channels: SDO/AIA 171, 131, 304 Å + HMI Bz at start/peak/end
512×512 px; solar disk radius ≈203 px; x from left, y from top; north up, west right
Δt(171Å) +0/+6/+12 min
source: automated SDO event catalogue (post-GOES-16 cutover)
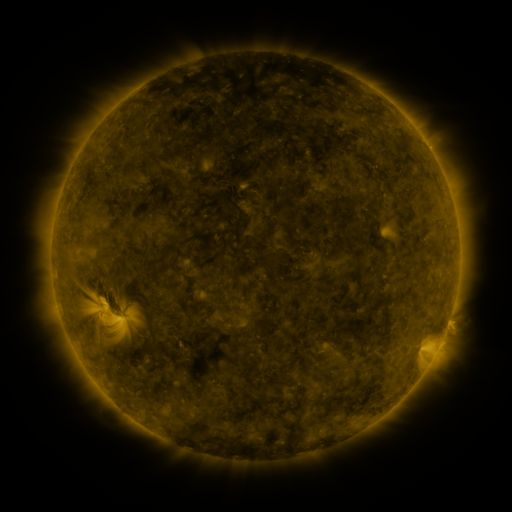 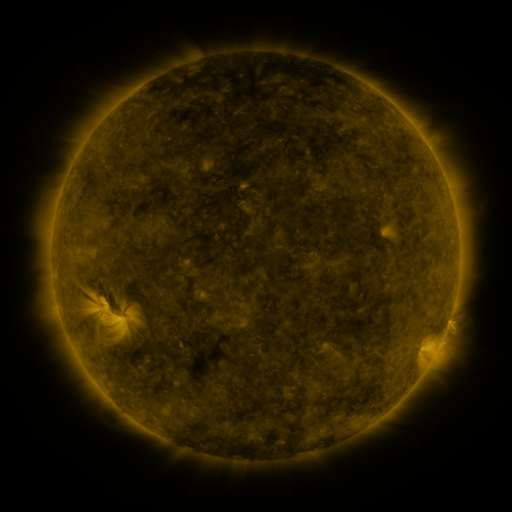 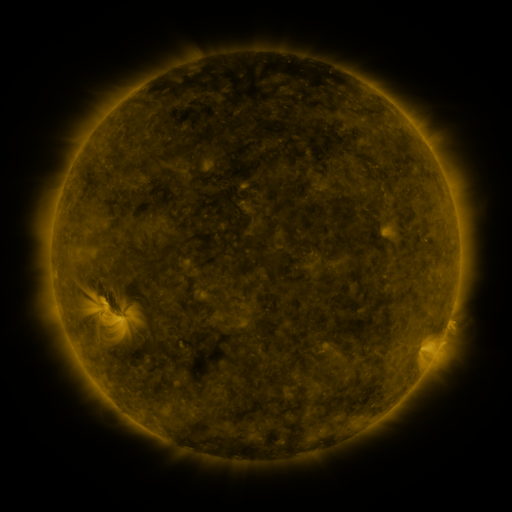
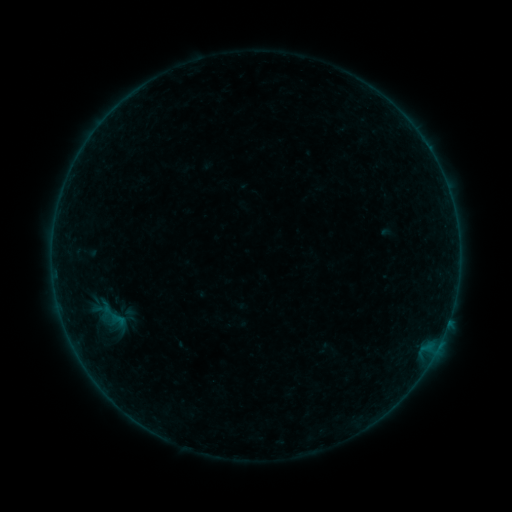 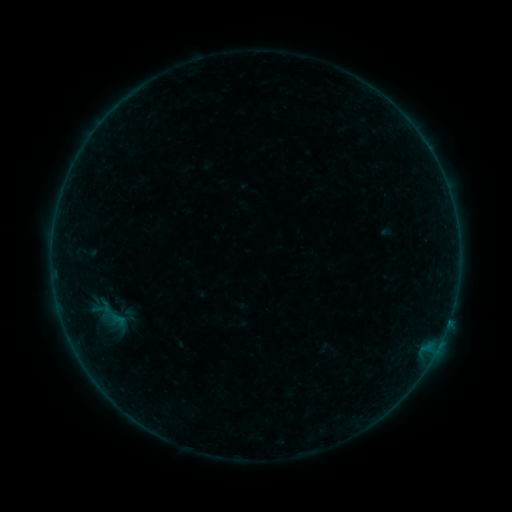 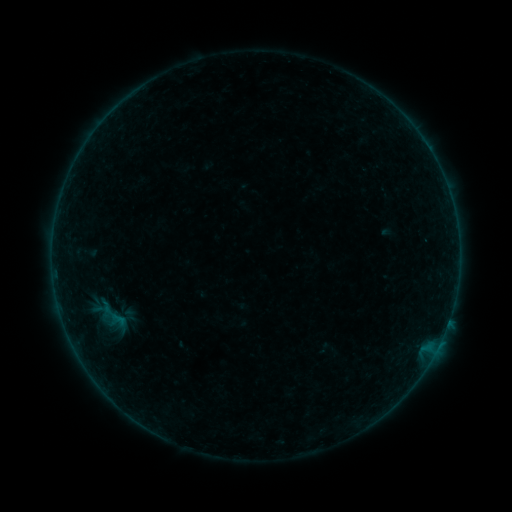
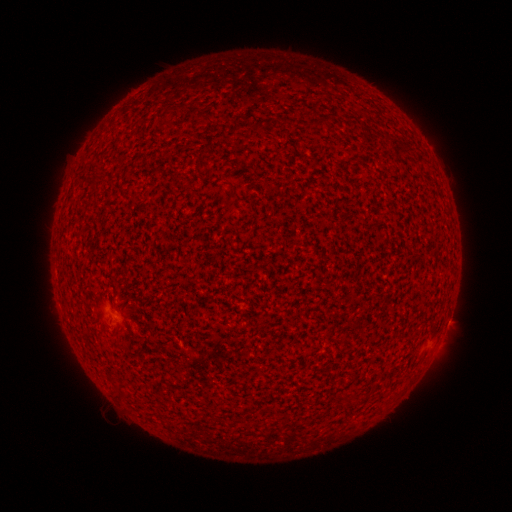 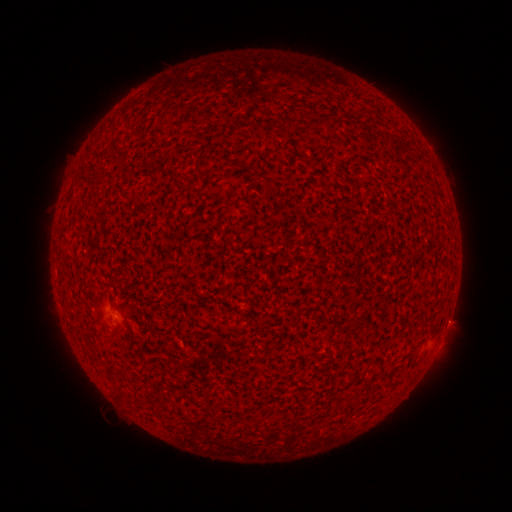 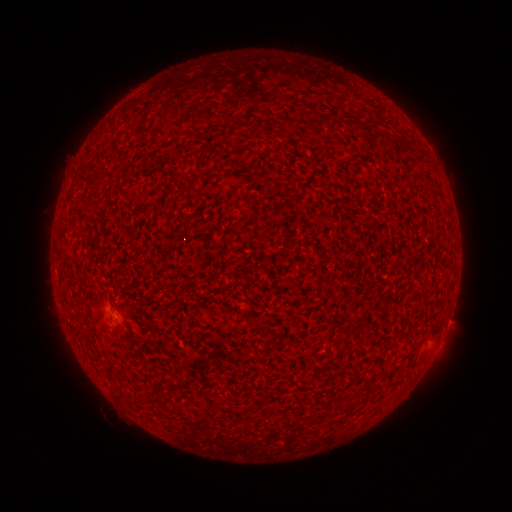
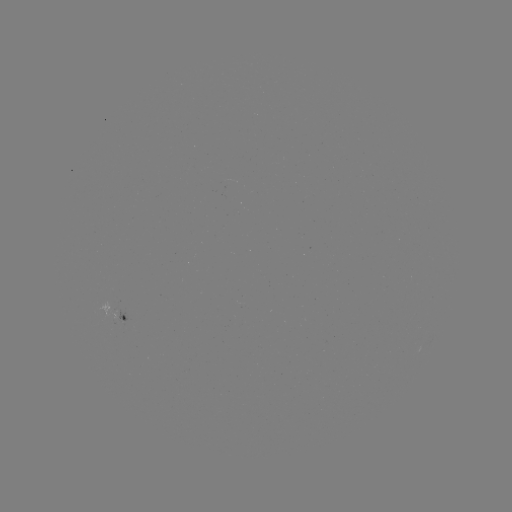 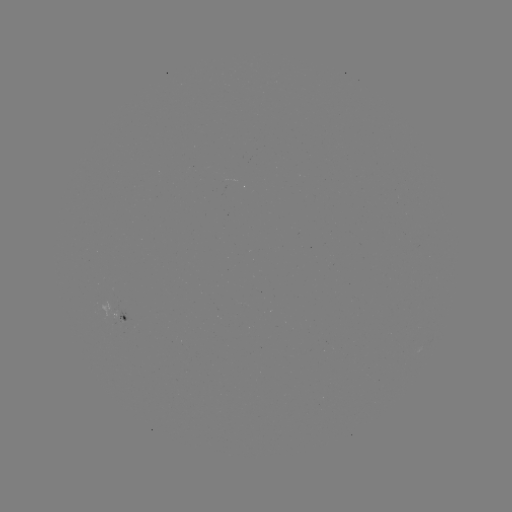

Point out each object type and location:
A6.3 flare: (448, 319)
